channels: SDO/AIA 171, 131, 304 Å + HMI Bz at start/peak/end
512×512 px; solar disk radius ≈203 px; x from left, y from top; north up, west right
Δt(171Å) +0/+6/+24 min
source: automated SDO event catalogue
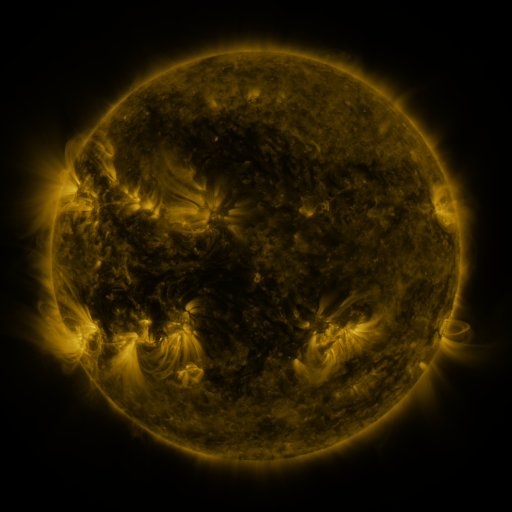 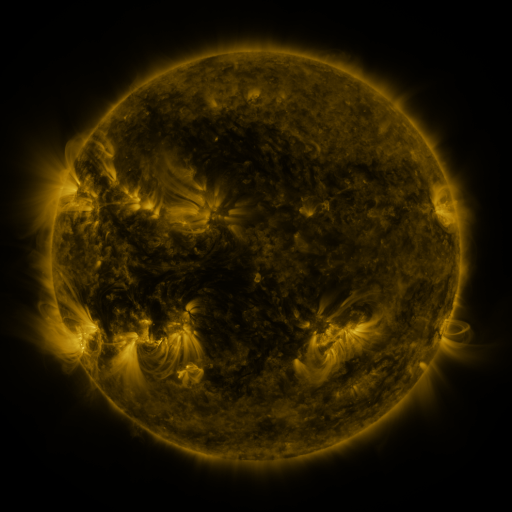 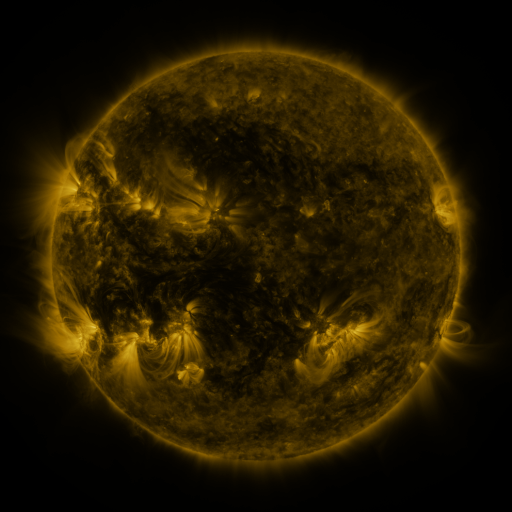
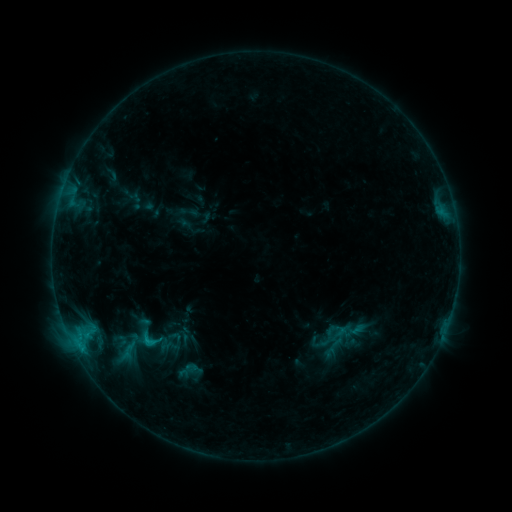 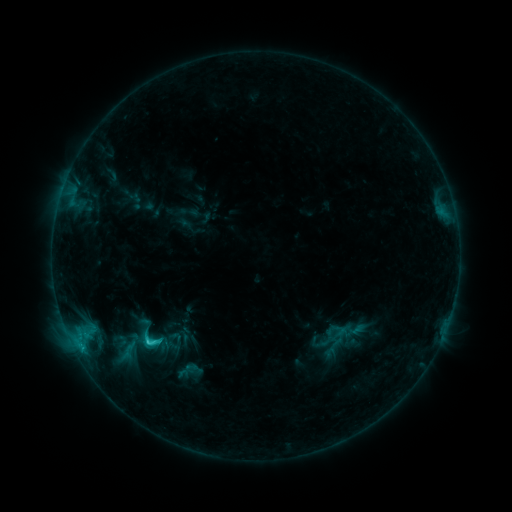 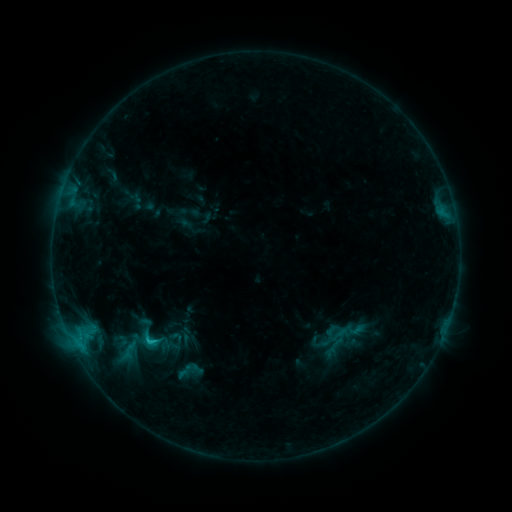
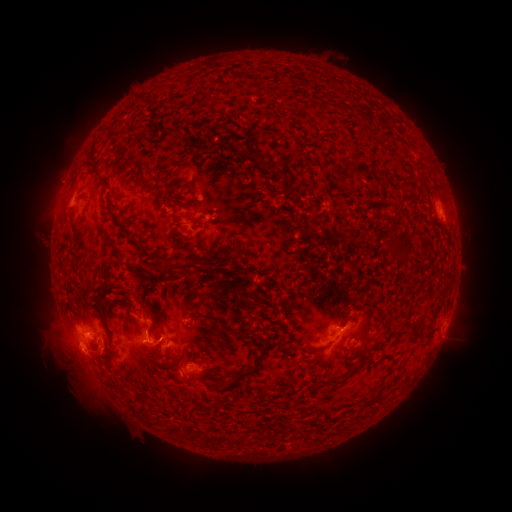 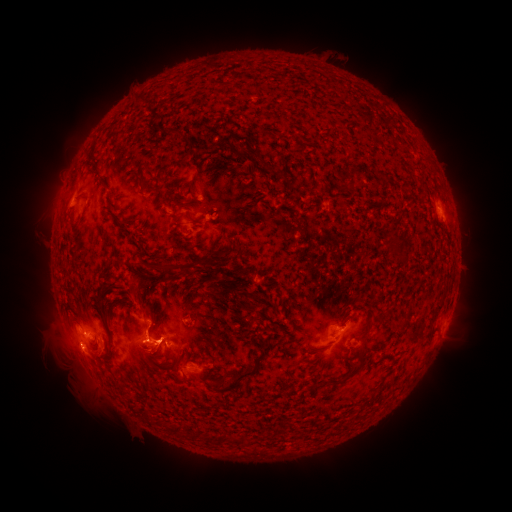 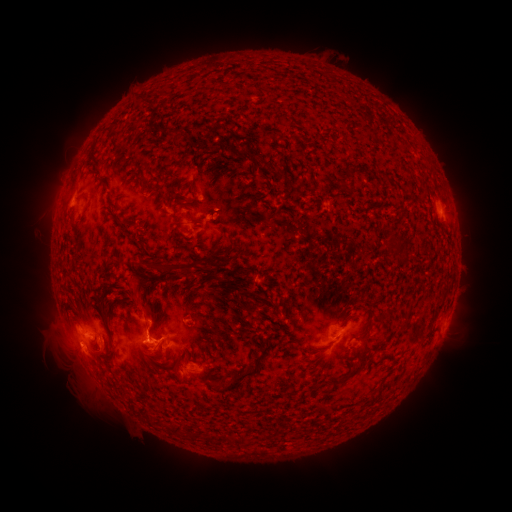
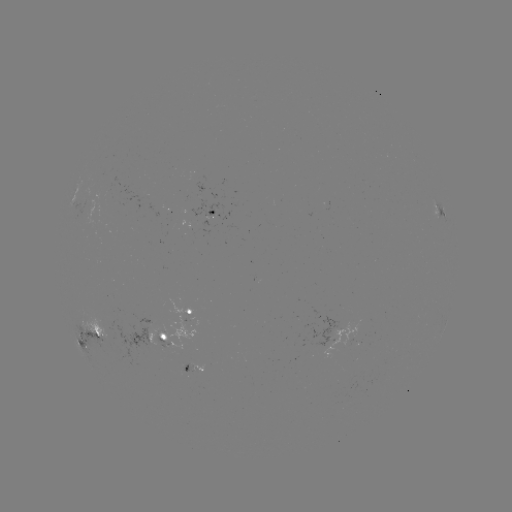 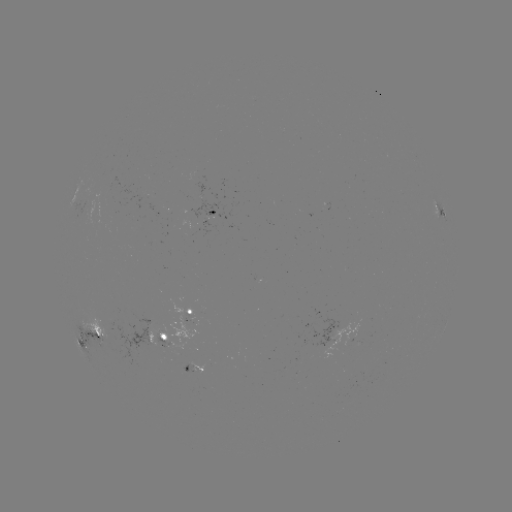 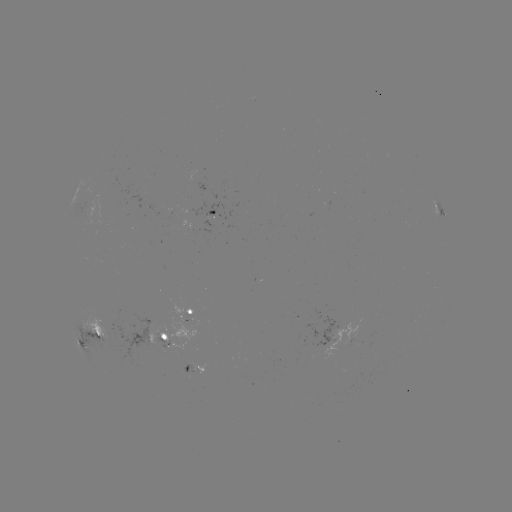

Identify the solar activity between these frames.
C2.1 flare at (148, 340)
